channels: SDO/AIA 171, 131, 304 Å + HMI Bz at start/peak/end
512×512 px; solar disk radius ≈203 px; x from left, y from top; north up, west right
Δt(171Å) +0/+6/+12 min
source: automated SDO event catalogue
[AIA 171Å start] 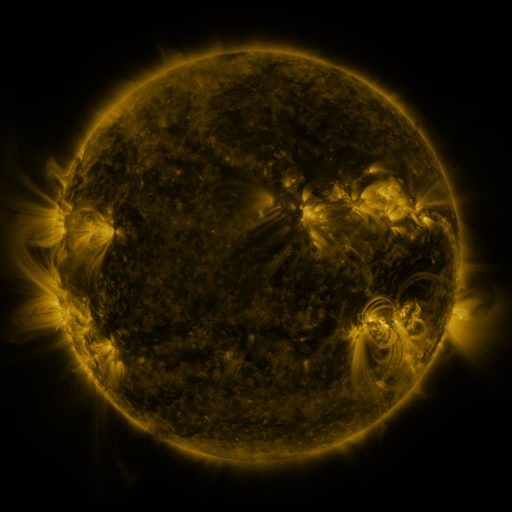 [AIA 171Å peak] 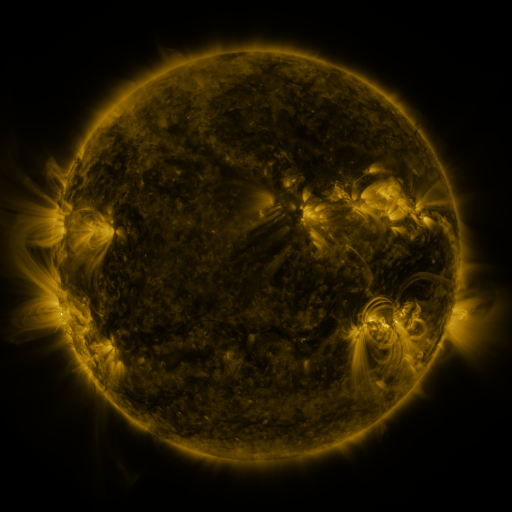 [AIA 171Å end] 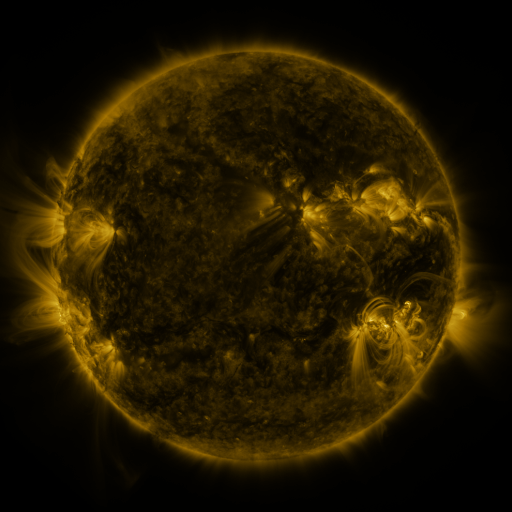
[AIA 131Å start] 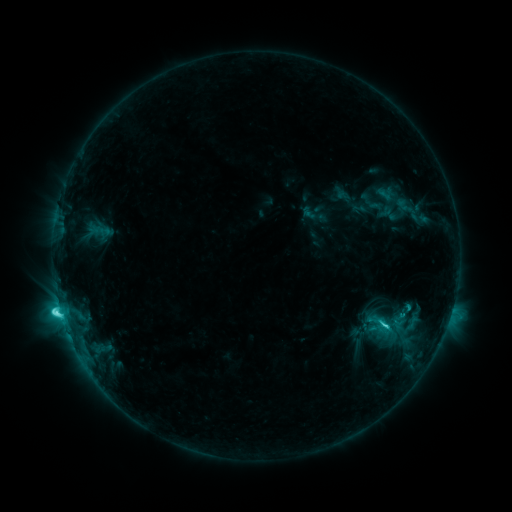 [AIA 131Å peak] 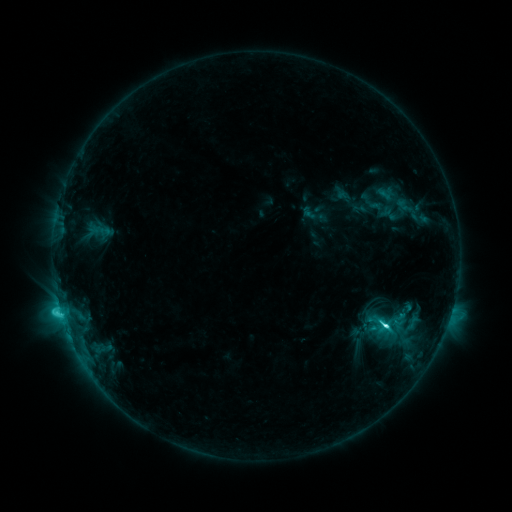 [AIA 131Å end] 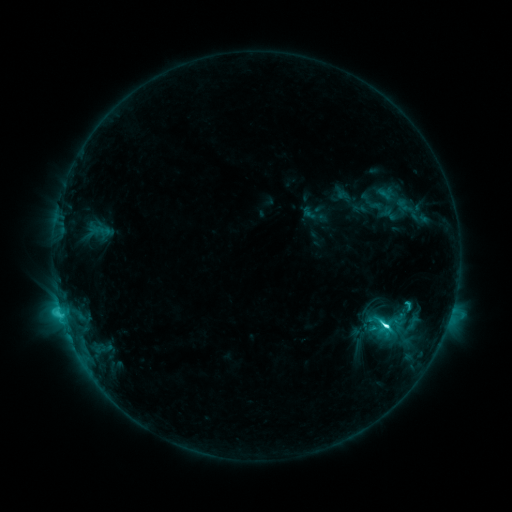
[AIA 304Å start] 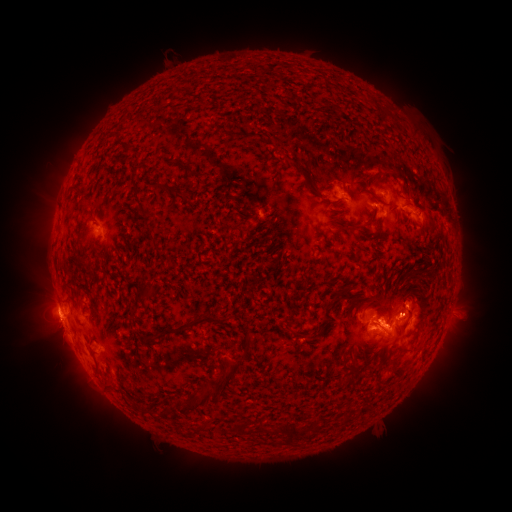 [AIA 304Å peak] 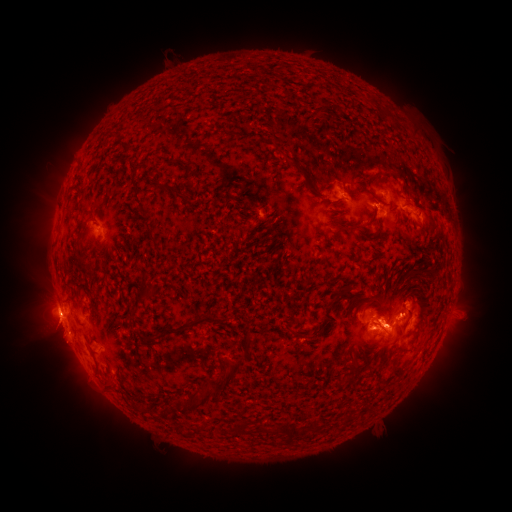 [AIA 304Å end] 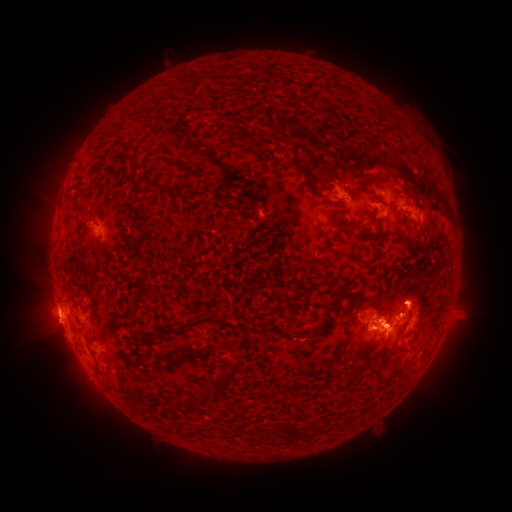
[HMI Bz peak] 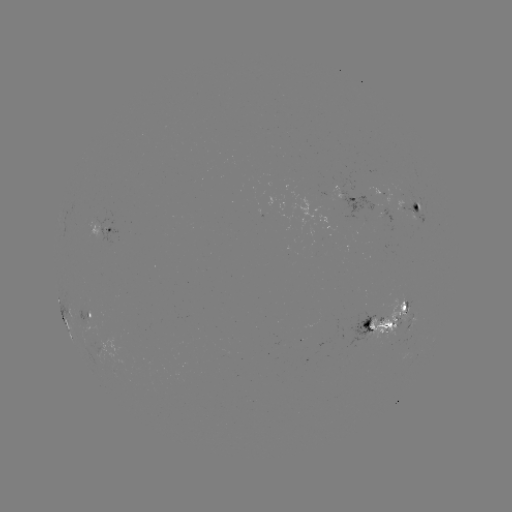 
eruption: (30, 311, 89, 371)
